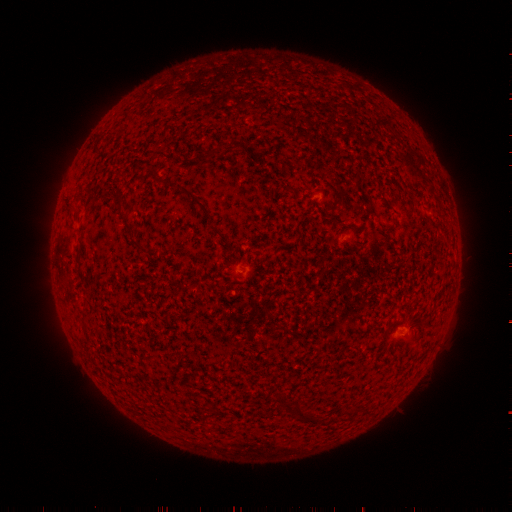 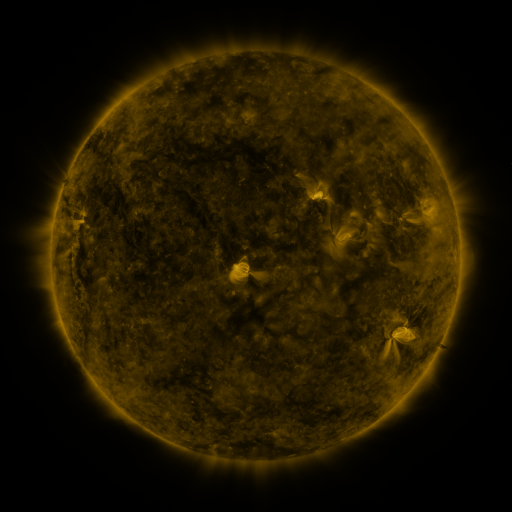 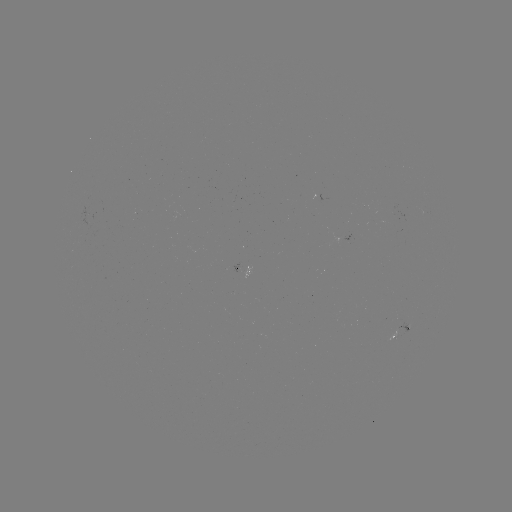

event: spotted active region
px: (399, 331)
